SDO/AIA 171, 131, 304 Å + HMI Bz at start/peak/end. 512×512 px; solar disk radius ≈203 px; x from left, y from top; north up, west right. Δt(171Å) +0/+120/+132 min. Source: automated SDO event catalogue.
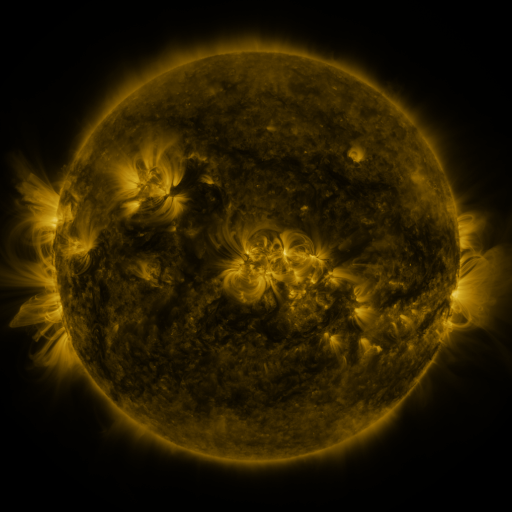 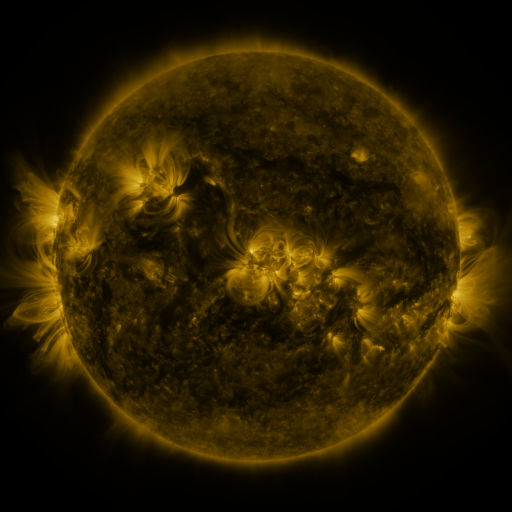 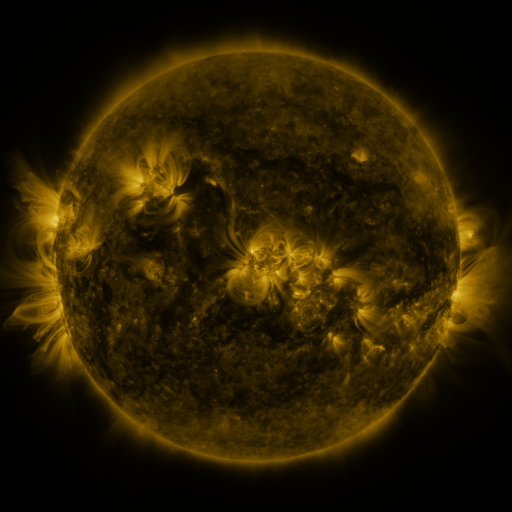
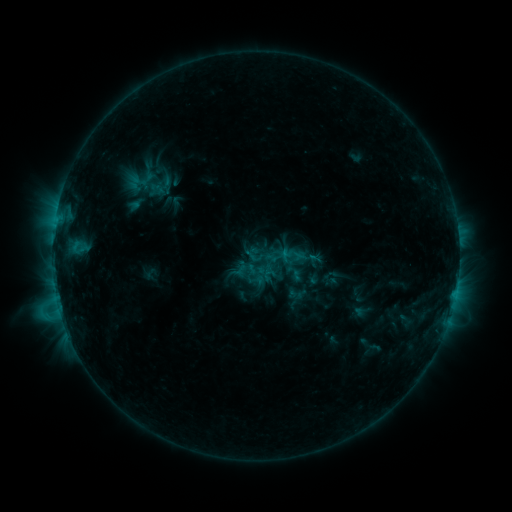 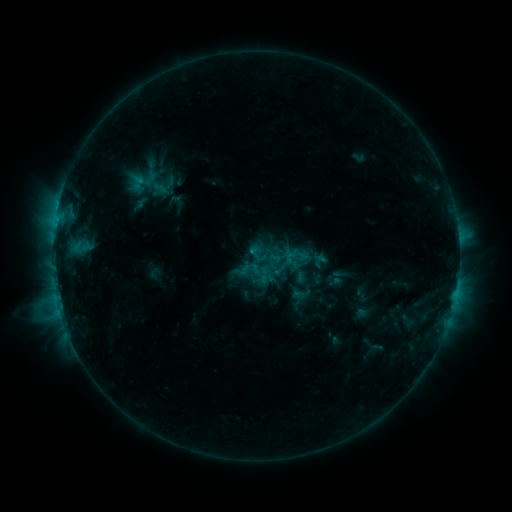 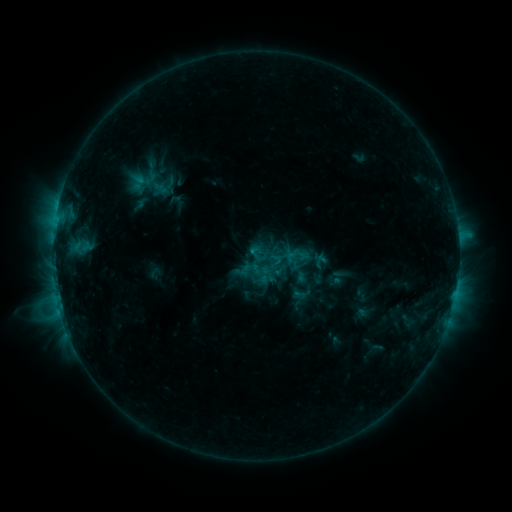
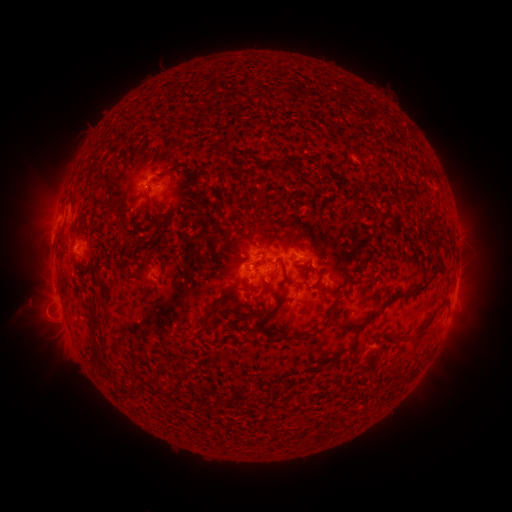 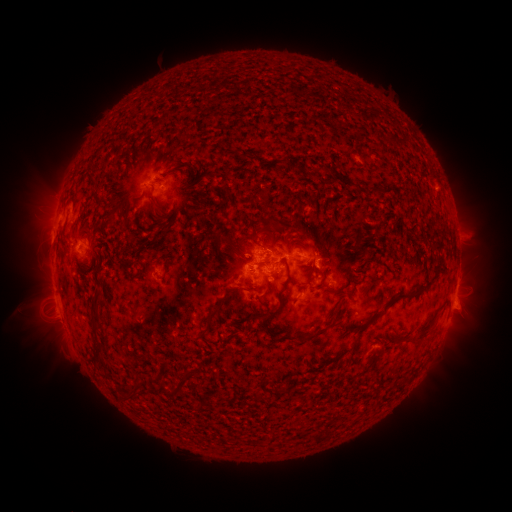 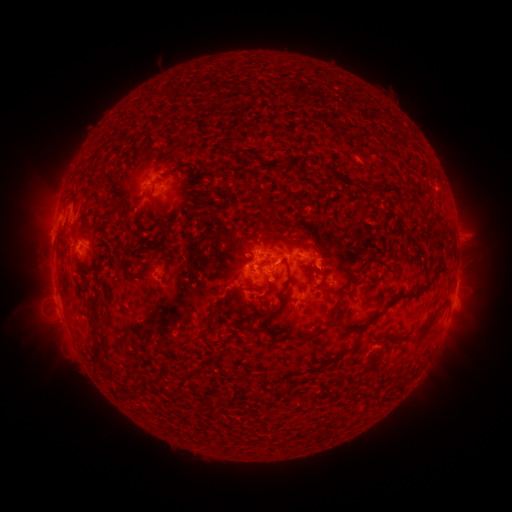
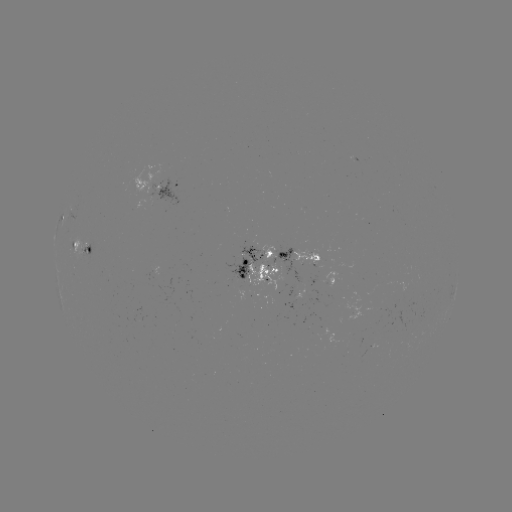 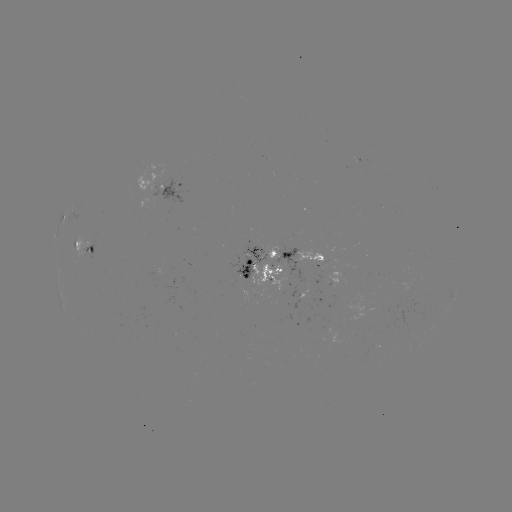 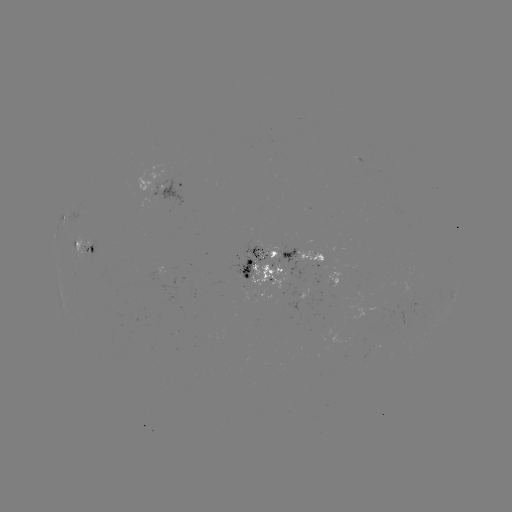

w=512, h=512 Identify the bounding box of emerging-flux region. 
[226, 256, 255, 280].